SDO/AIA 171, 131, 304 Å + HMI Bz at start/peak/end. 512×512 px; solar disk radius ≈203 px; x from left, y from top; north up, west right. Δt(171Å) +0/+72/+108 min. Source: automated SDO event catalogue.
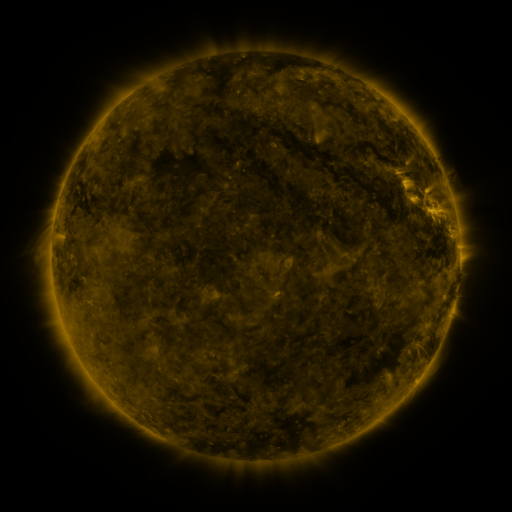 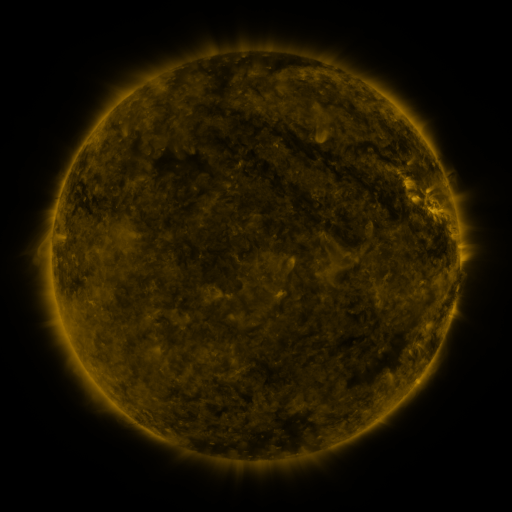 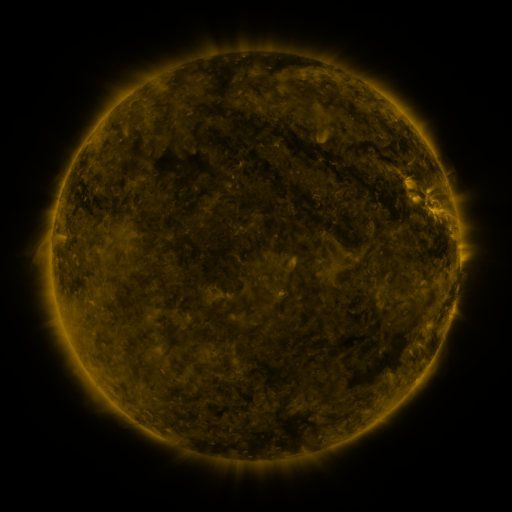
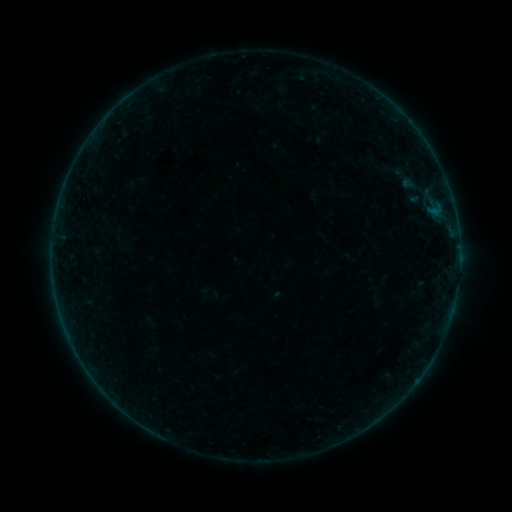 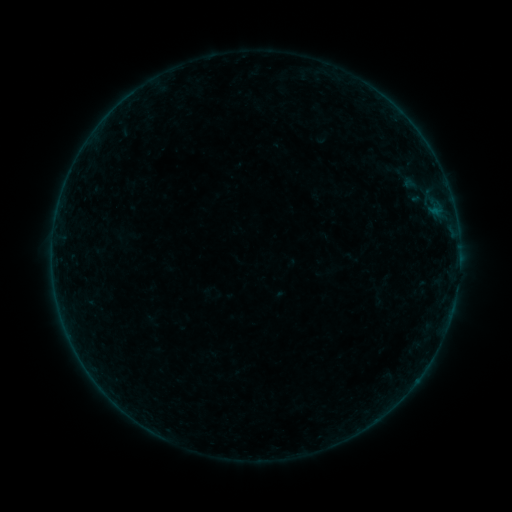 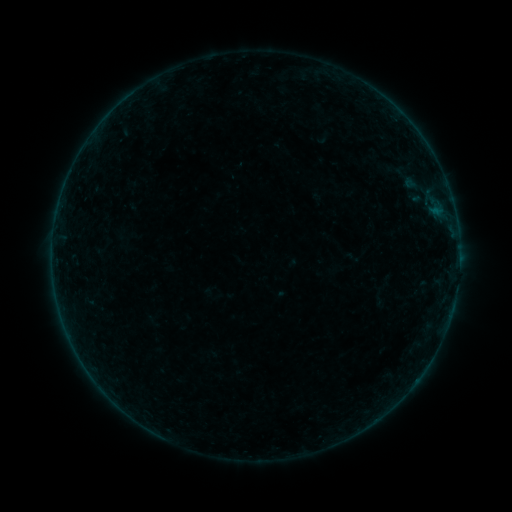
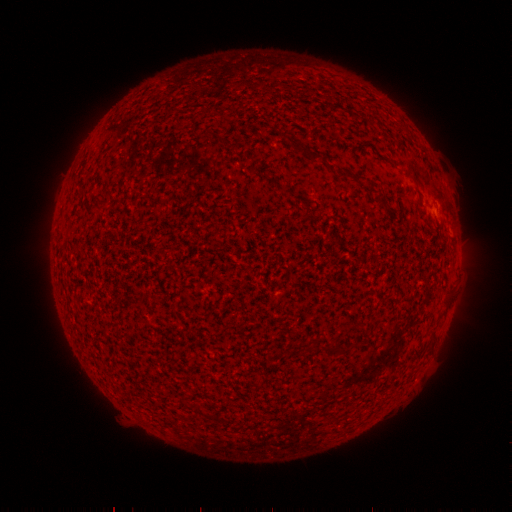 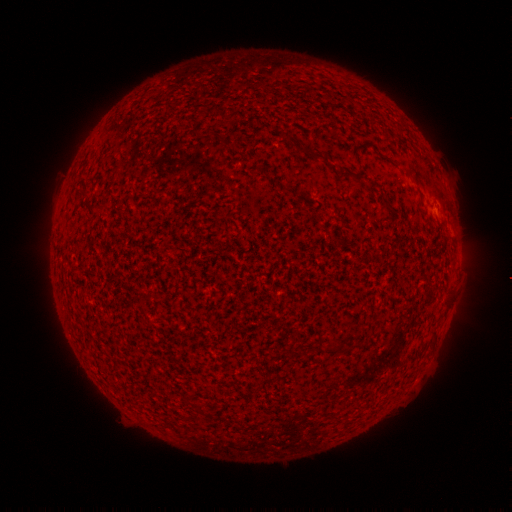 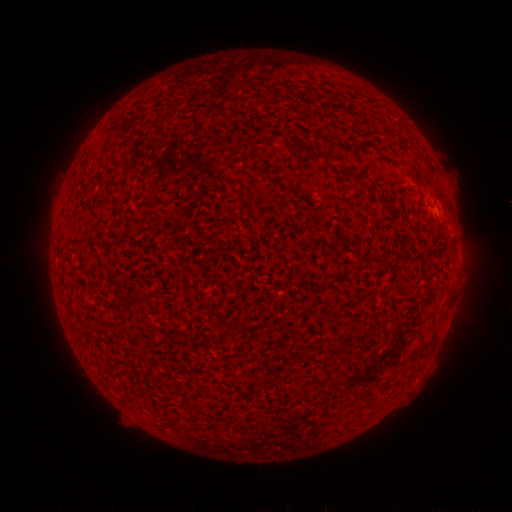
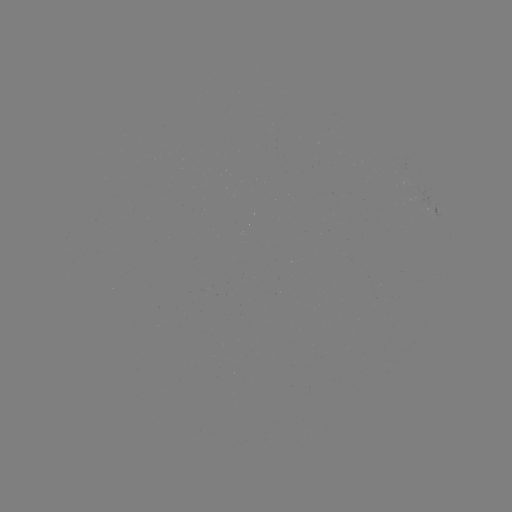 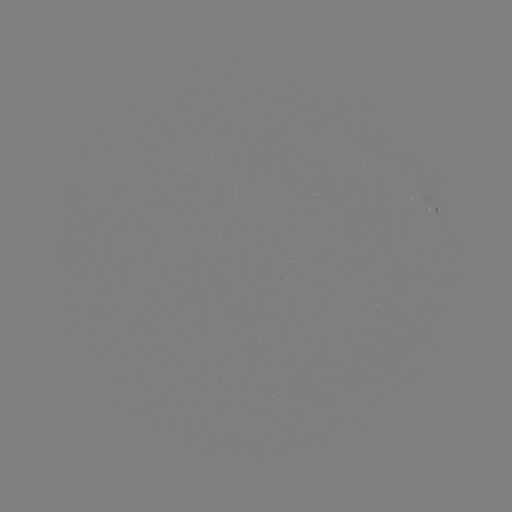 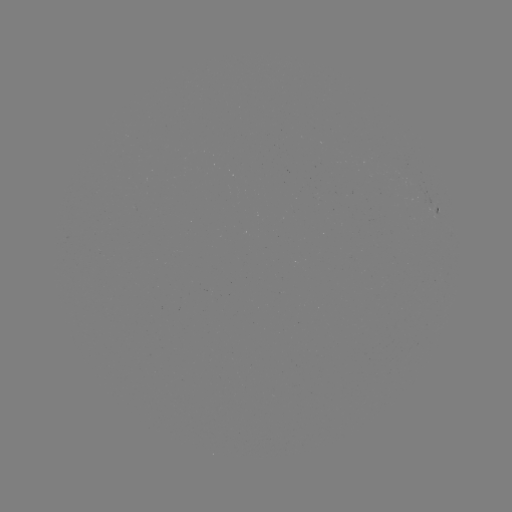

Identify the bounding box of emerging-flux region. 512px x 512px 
[398, 181, 423, 189].